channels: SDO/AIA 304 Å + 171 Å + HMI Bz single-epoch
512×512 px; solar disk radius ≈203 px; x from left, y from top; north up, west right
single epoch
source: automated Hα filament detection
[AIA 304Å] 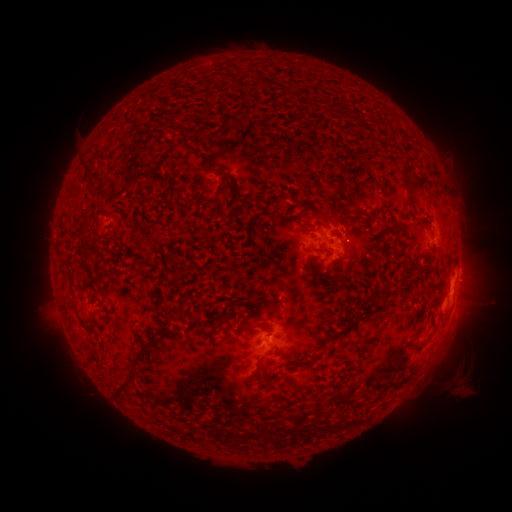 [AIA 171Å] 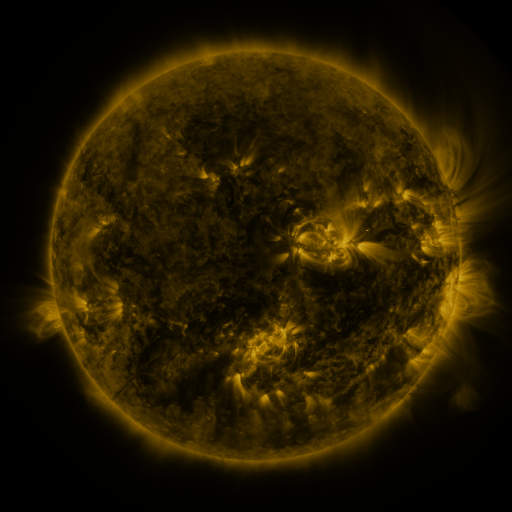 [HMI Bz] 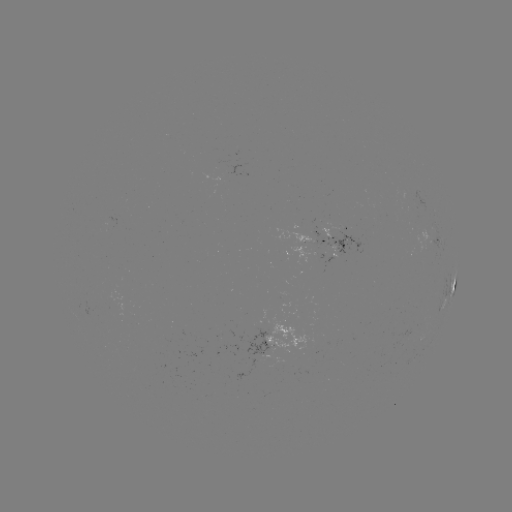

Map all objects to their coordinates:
filament: [179, 124, 204, 154]
filament: [204, 156, 219, 168]
filament: [81, 157, 91, 165]
filament: [399, 161, 414, 186]
filament: [85, 170, 105, 180]
filament: [228, 179, 245, 210]
filament: [100, 185, 111, 195]
filament: [327, 208, 340, 222]
filament: [316, 213, 329, 227]
filament: [198, 221, 206, 232]
filament: [299, 221, 314, 230]
filament: [395, 222, 405, 230]
filament: [398, 264, 409, 276]
filament: [335, 274, 346, 283]
filament: [176, 308, 187, 319]
filament: [241, 319, 268, 330]
filament: [328, 319, 352, 340]
filament: [413, 325, 422, 337]
filament: [131, 332, 155, 367]
filament: [255, 353, 265, 365]
filament: [306, 354, 317, 365]
filament: [112, 373, 135, 396]
